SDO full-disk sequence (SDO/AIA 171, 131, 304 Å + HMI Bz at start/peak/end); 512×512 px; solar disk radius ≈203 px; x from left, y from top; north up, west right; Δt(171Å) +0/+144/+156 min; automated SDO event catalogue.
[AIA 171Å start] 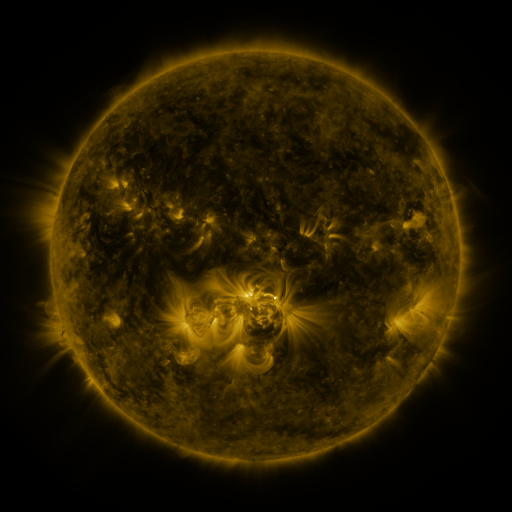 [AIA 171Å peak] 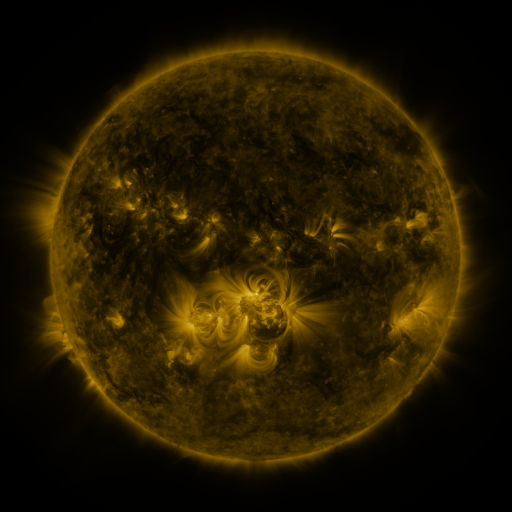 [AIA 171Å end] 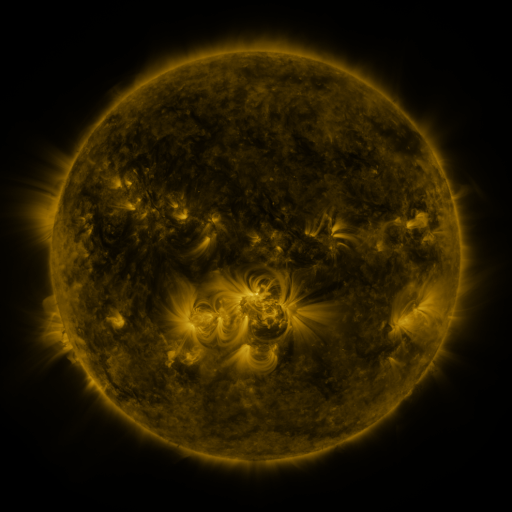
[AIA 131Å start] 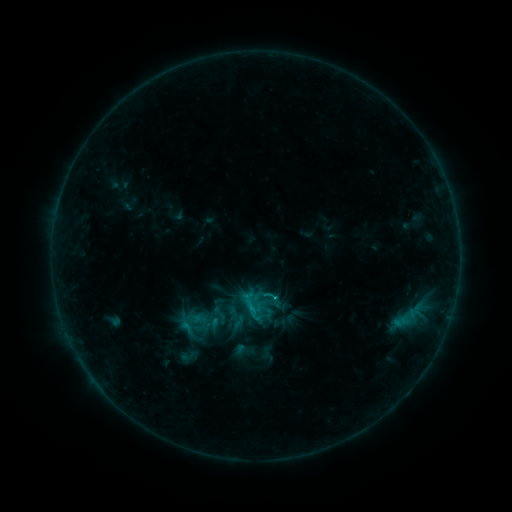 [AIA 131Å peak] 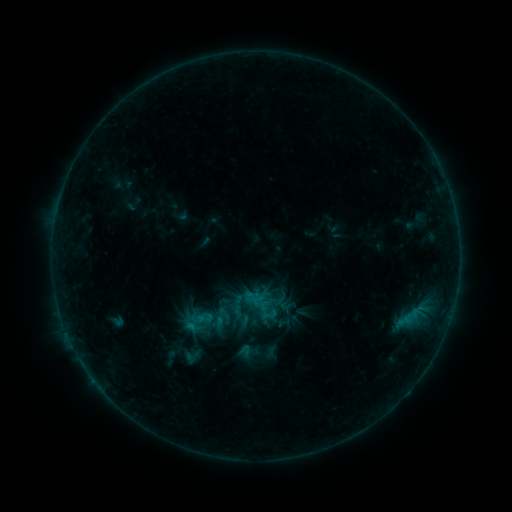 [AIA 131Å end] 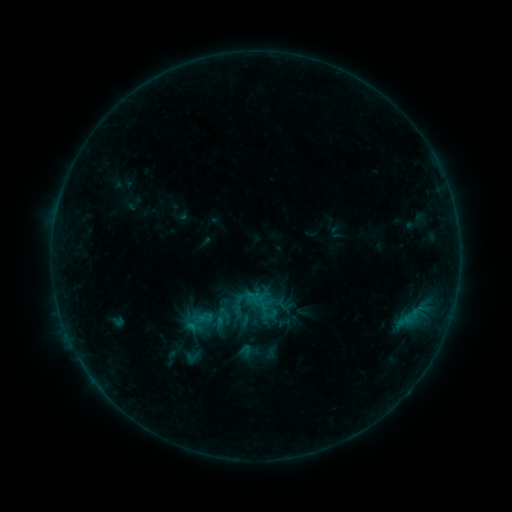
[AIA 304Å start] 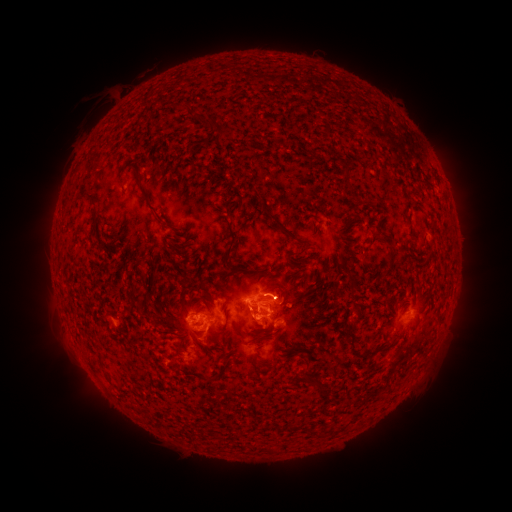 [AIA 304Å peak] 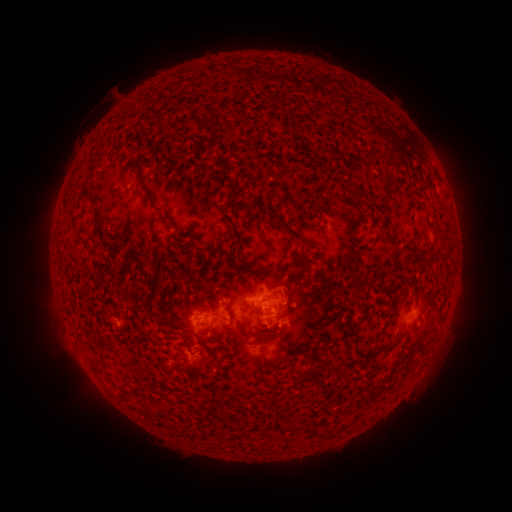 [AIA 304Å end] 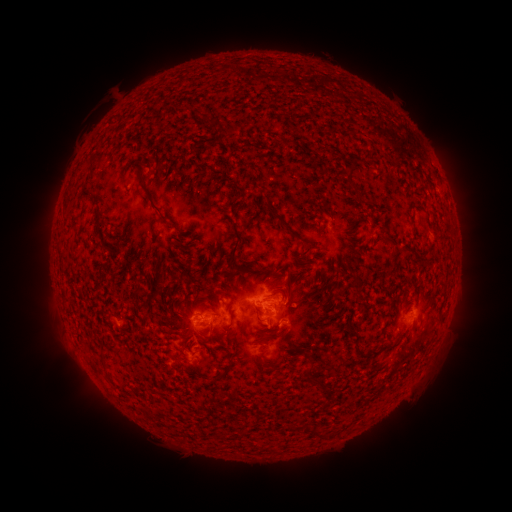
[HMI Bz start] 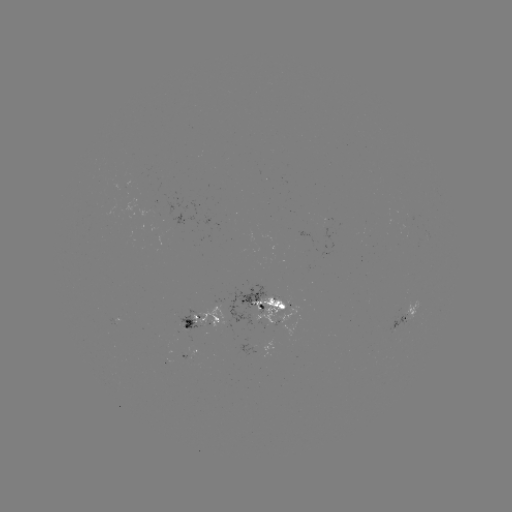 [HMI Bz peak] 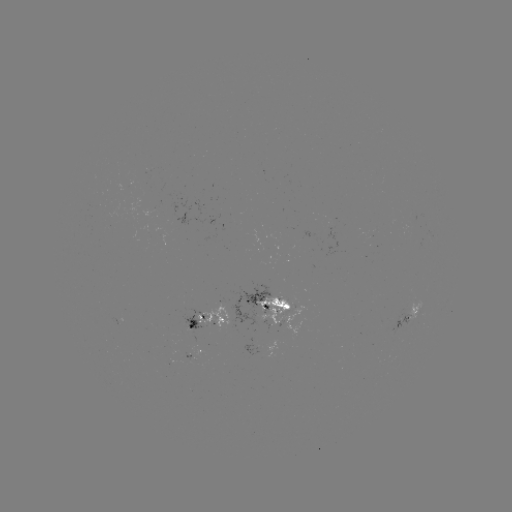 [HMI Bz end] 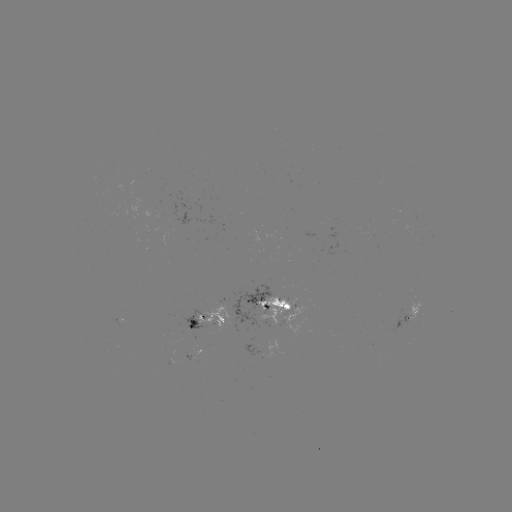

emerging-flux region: [193, 302, 232, 328]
